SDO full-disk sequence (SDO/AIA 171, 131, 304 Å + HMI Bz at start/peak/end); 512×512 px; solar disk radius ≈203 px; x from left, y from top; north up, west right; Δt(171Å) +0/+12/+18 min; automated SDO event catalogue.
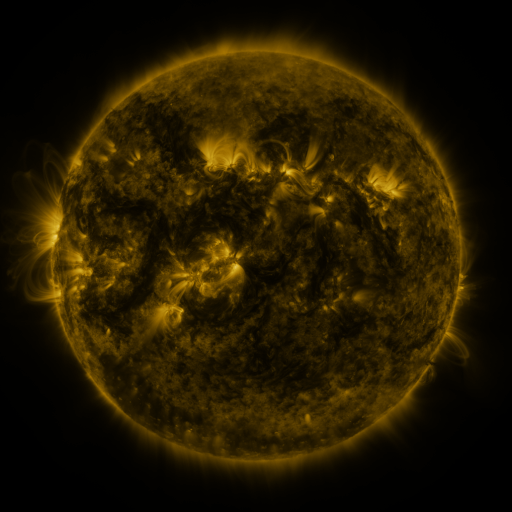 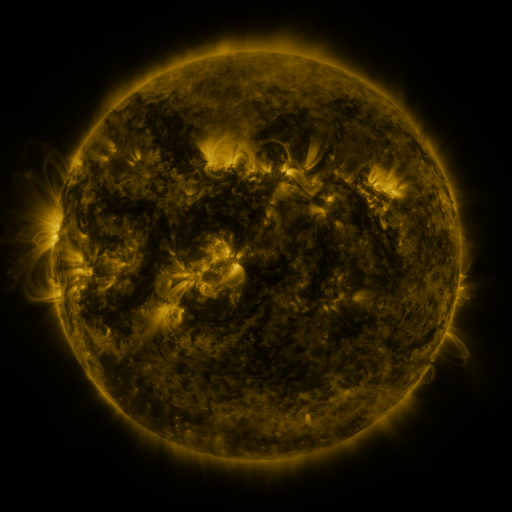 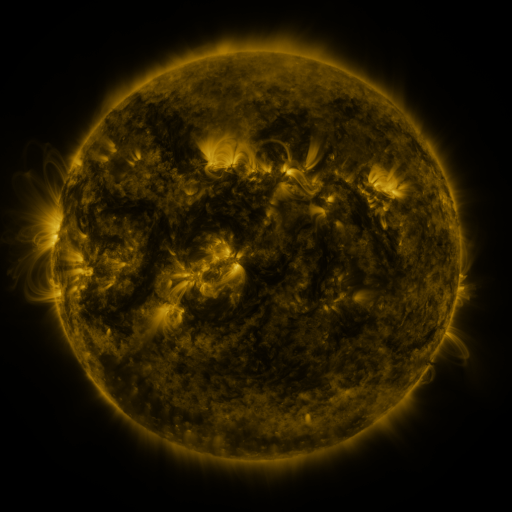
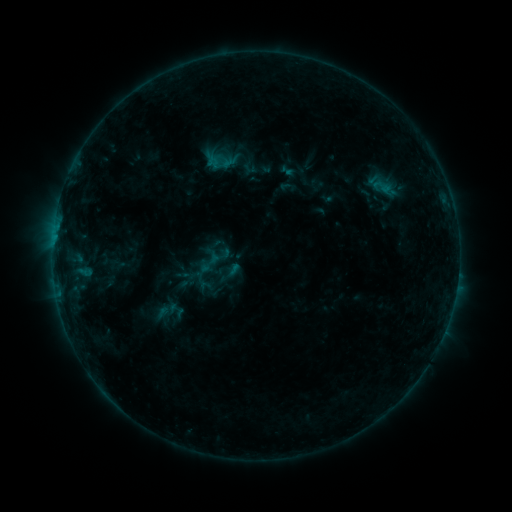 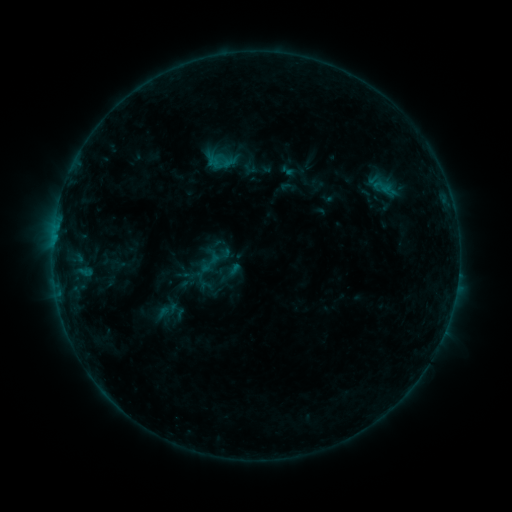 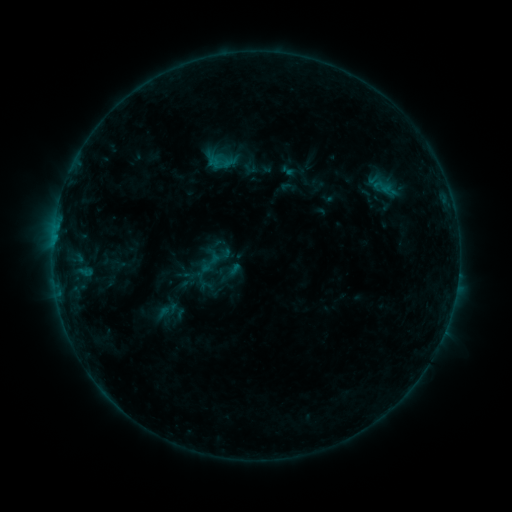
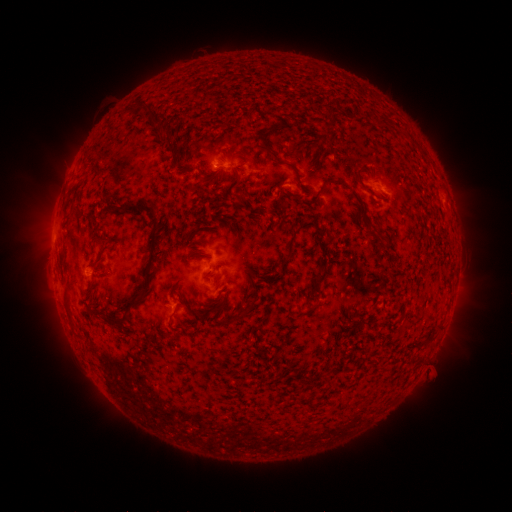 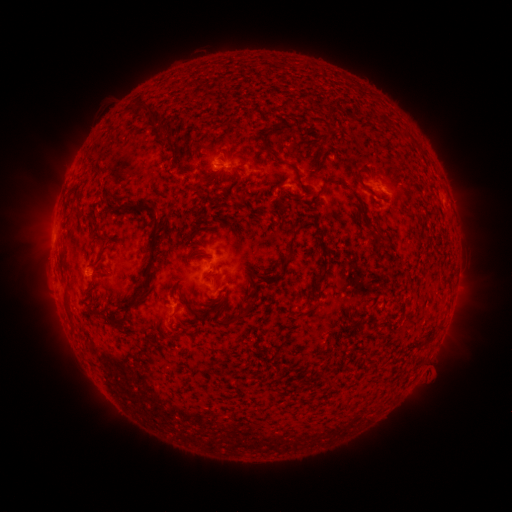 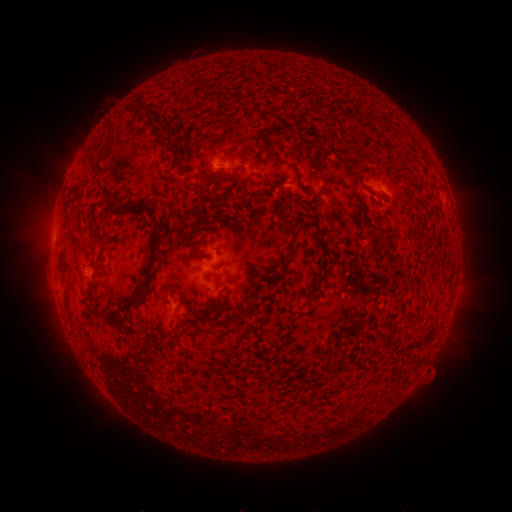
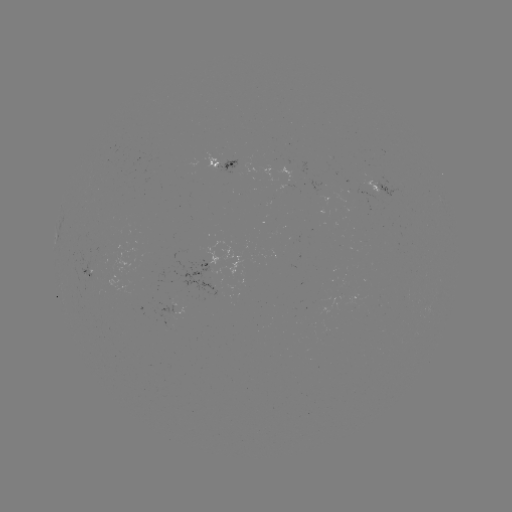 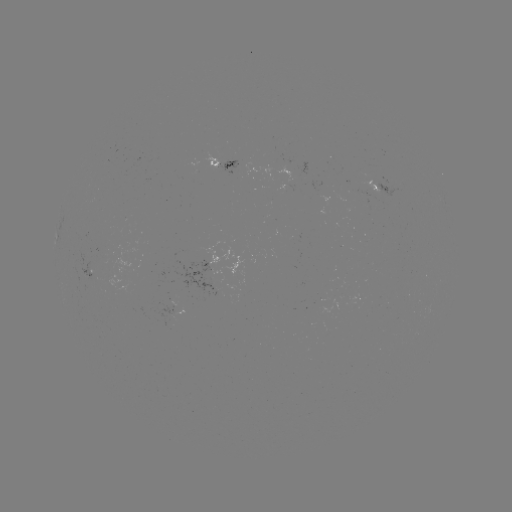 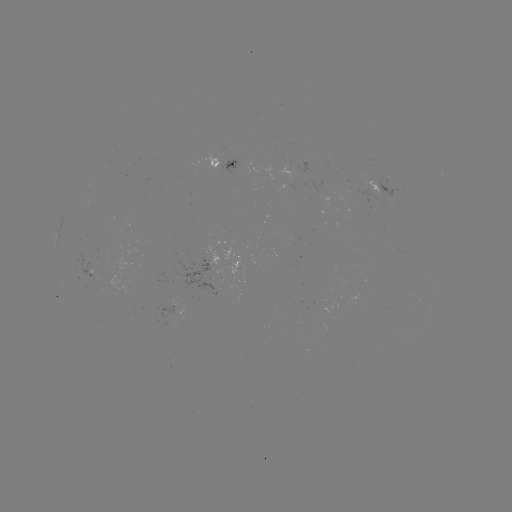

no classed flare was catalogued and no EUV brightening was flagged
